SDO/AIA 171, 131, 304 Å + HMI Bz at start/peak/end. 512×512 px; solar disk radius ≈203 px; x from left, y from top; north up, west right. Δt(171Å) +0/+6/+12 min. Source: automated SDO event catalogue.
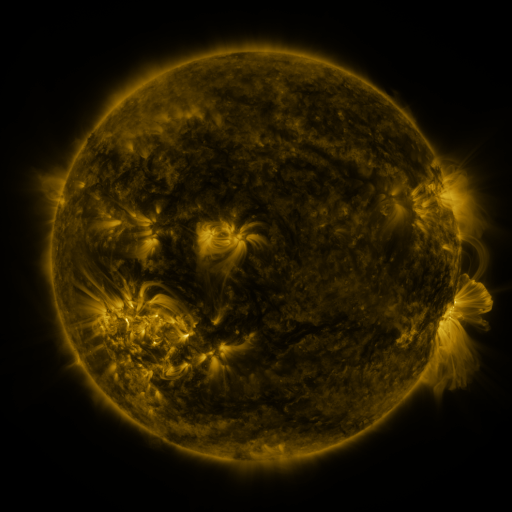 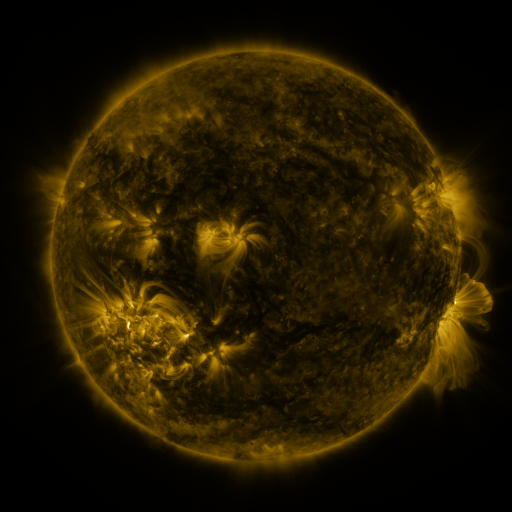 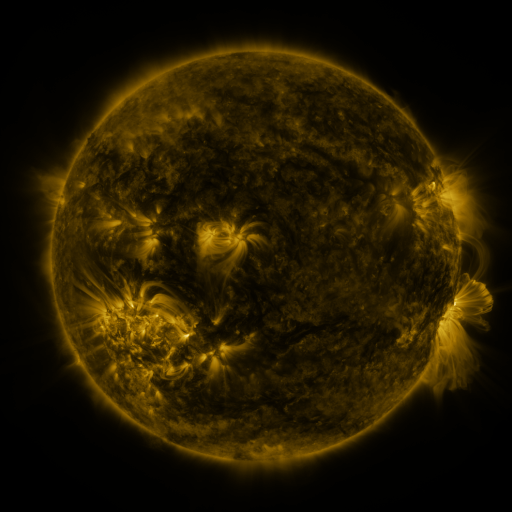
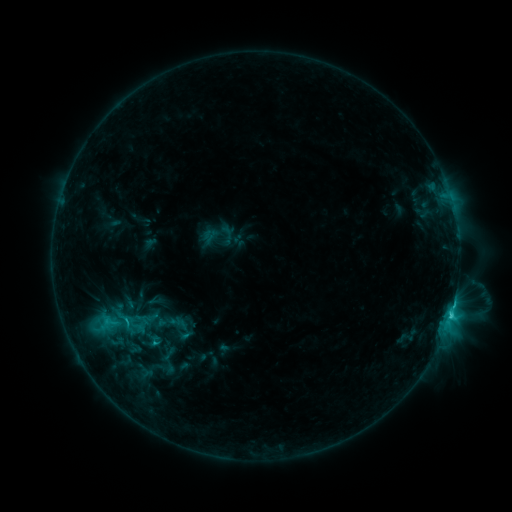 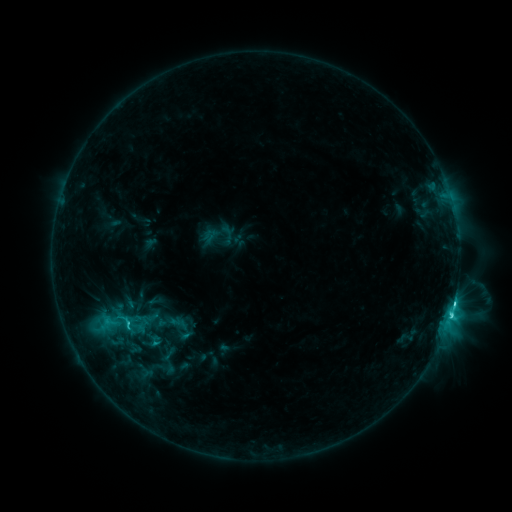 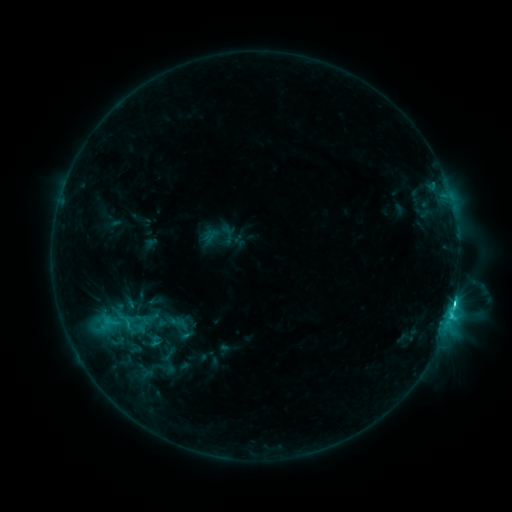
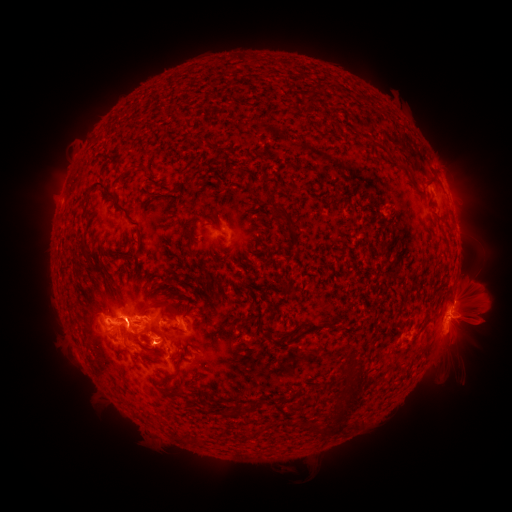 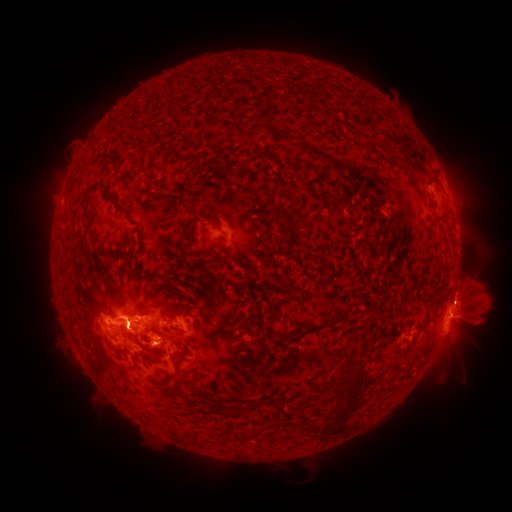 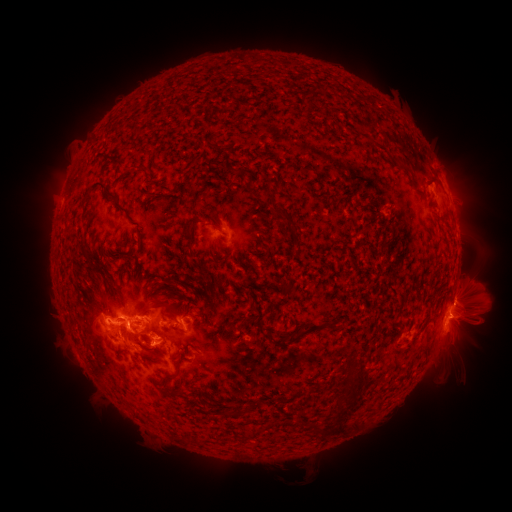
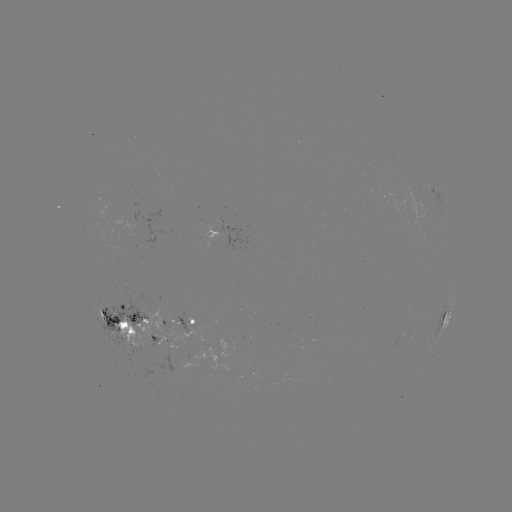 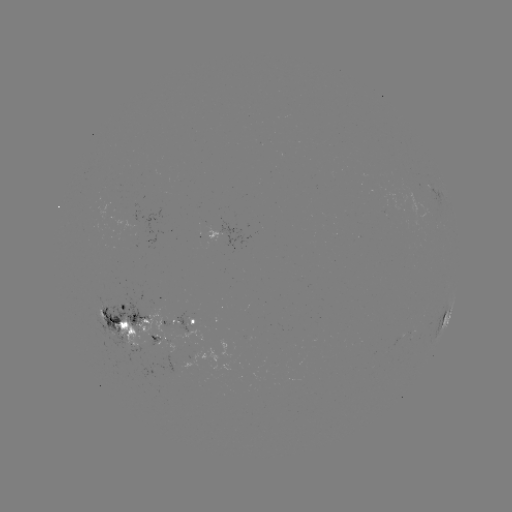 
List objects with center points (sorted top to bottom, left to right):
eruption: (467, 300)
